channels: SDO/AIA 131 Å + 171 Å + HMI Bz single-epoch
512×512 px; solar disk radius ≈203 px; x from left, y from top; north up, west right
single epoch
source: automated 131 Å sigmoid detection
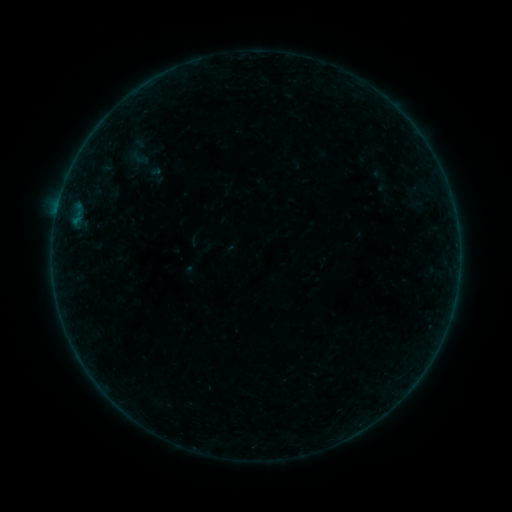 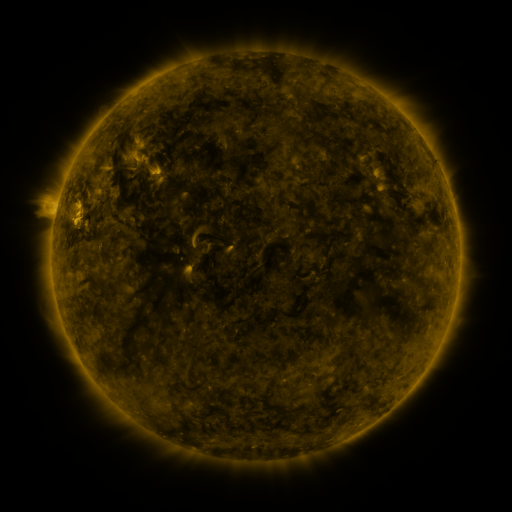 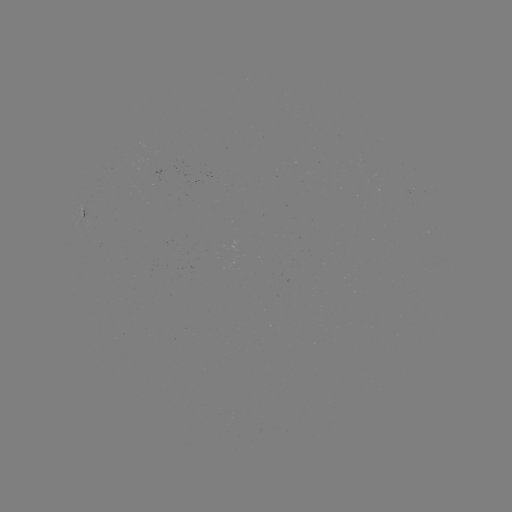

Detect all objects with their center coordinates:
sigmoid: (157, 175)
